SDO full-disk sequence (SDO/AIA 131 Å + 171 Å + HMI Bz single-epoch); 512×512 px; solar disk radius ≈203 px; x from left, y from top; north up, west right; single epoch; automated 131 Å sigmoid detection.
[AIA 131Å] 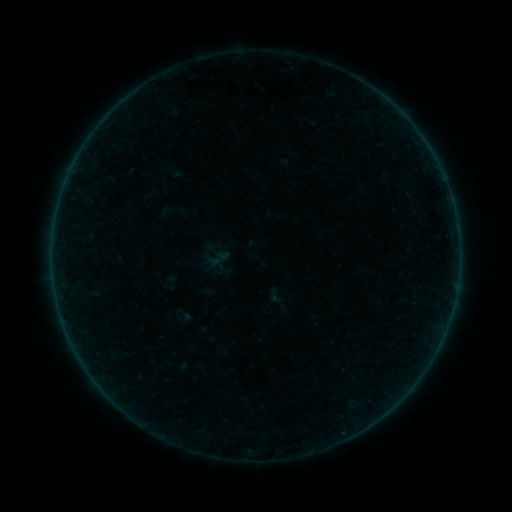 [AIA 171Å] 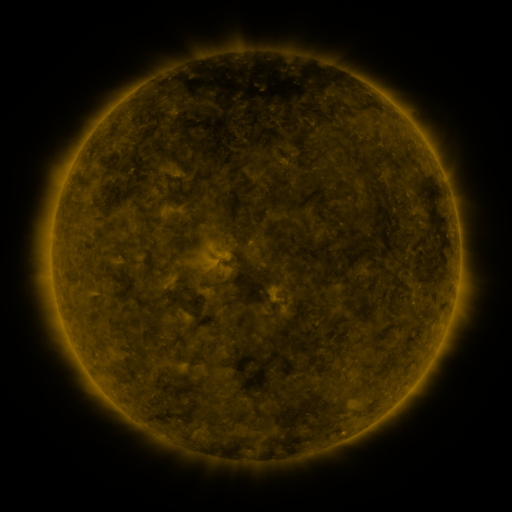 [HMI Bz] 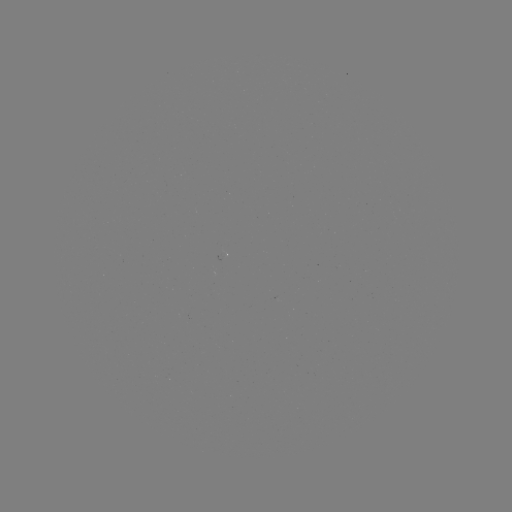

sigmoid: (266, 287, 284, 305)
